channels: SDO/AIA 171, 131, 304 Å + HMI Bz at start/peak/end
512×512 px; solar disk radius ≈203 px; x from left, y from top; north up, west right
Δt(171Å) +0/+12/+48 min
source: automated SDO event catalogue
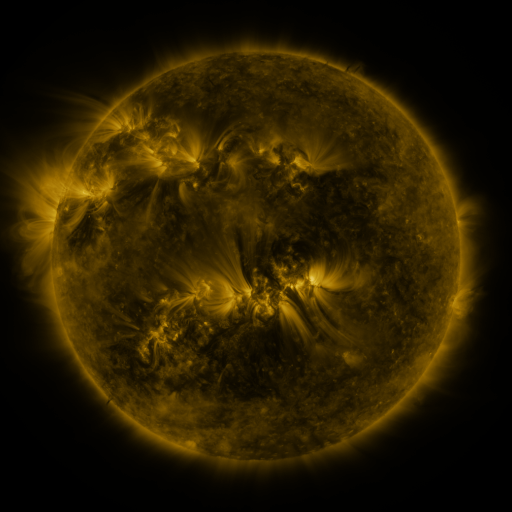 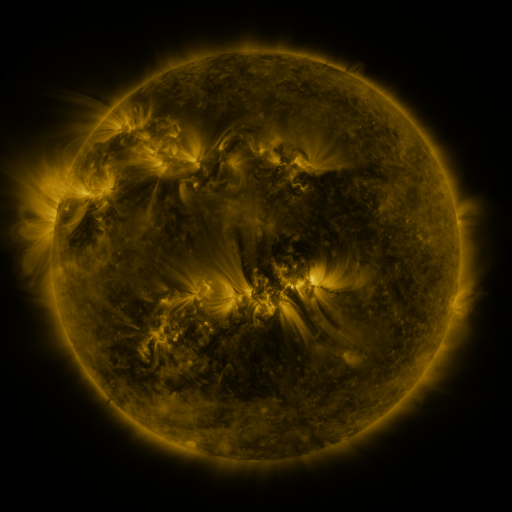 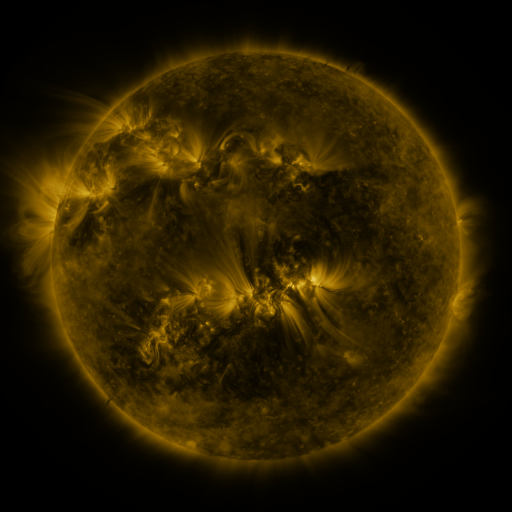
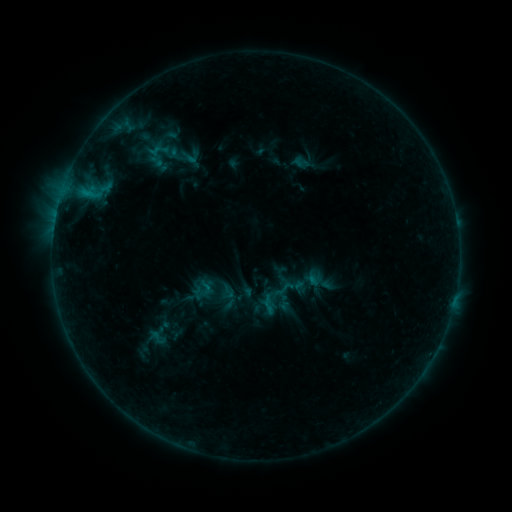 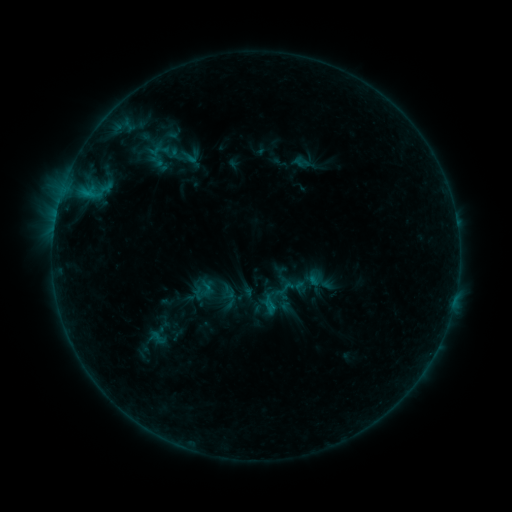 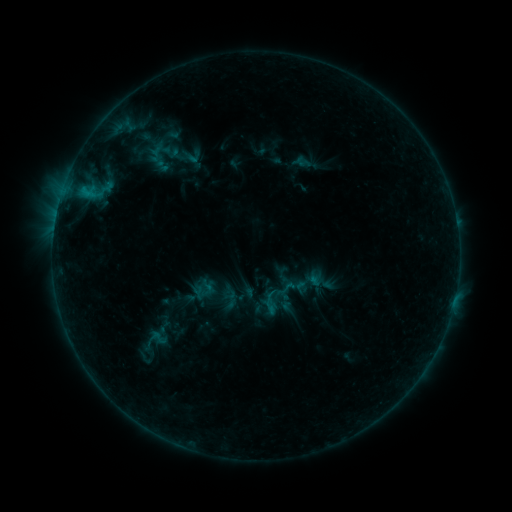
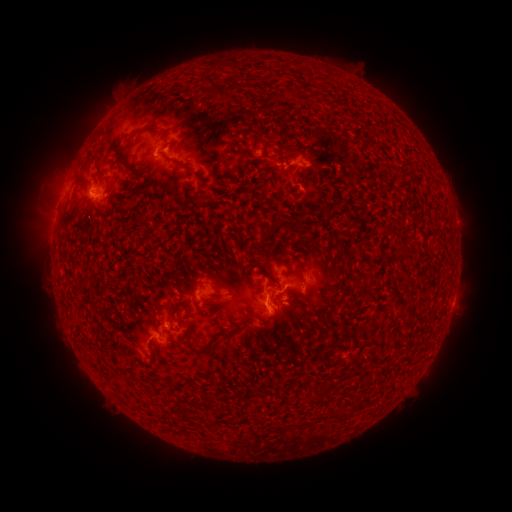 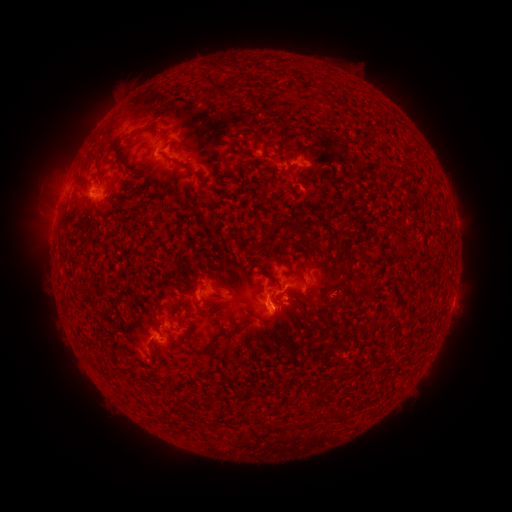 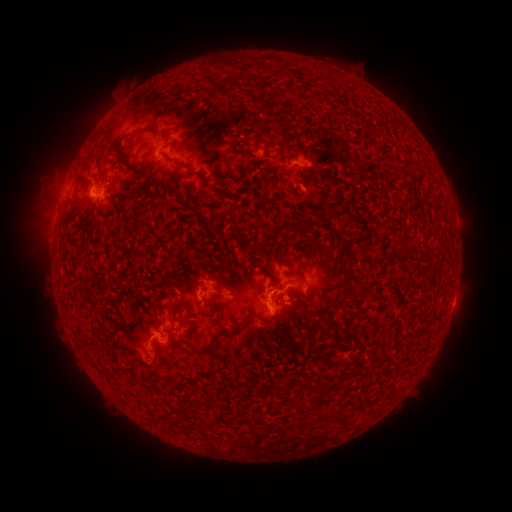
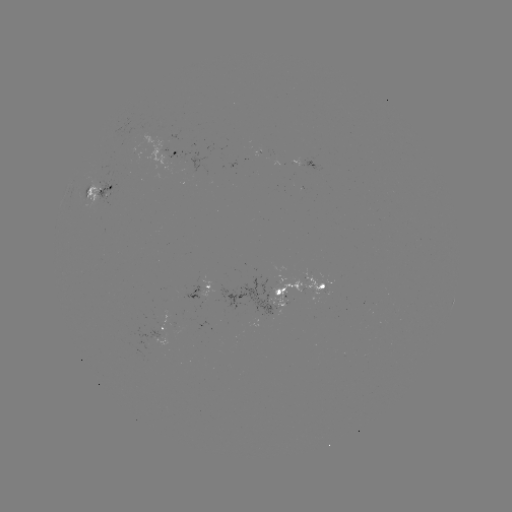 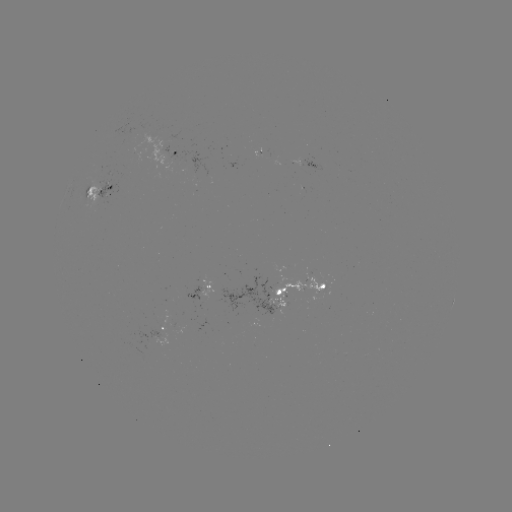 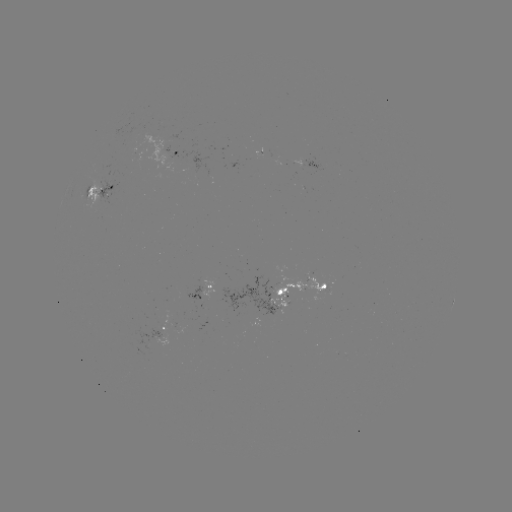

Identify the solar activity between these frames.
emerging-flux region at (280, 305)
